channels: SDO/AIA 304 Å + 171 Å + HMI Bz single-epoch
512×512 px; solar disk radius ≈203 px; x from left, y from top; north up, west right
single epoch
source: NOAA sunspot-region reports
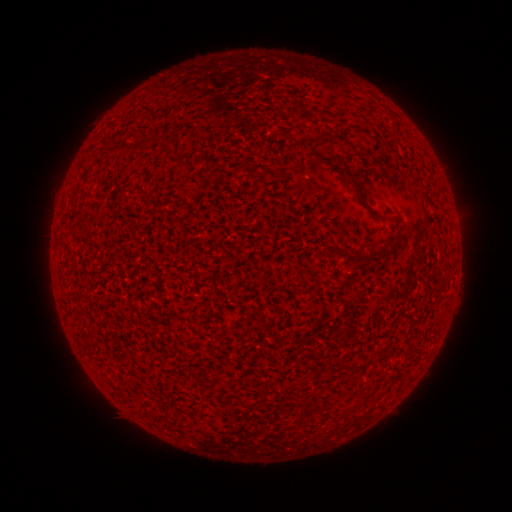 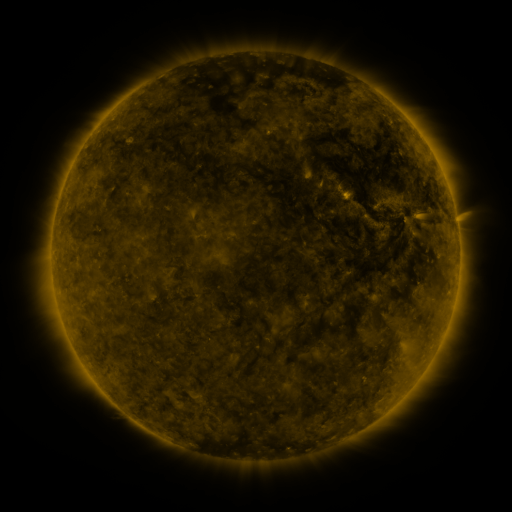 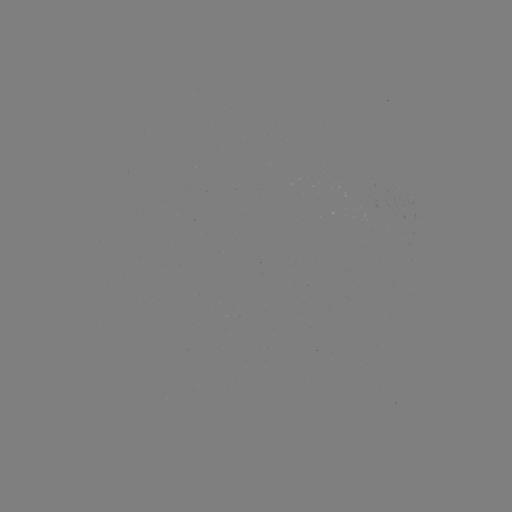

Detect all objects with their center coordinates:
(none)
